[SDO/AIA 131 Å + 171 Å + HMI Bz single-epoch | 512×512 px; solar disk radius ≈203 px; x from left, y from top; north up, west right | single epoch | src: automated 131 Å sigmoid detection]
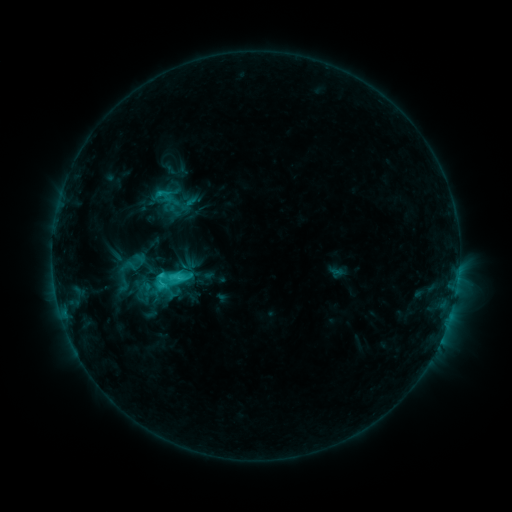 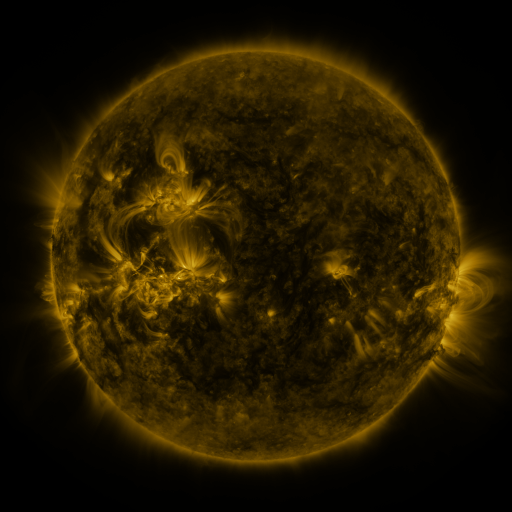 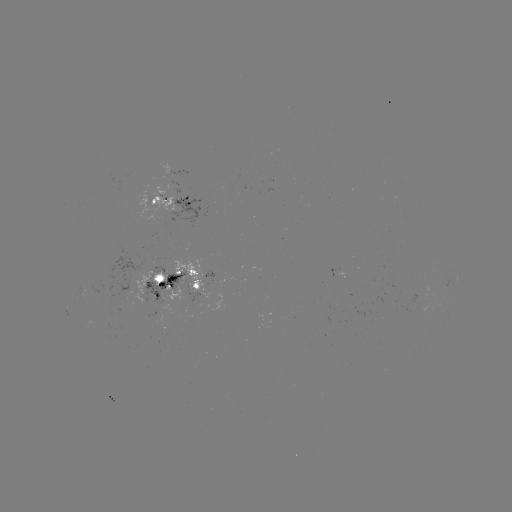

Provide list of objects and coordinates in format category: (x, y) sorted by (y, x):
sigmoid: (163, 196)
